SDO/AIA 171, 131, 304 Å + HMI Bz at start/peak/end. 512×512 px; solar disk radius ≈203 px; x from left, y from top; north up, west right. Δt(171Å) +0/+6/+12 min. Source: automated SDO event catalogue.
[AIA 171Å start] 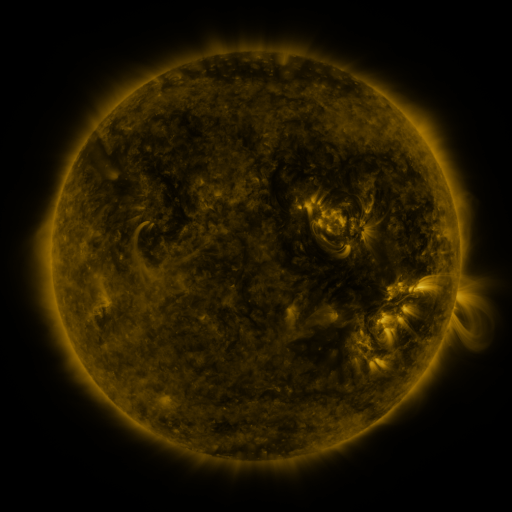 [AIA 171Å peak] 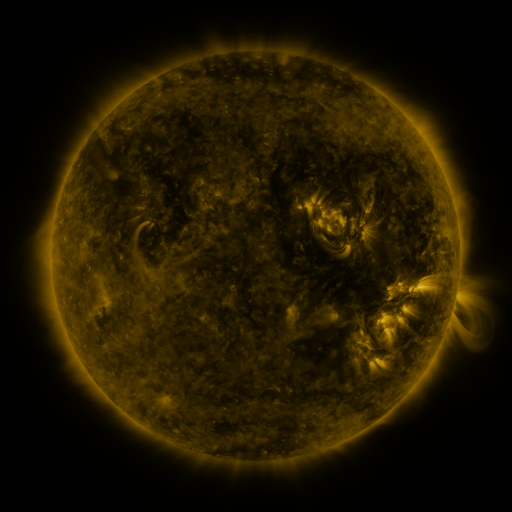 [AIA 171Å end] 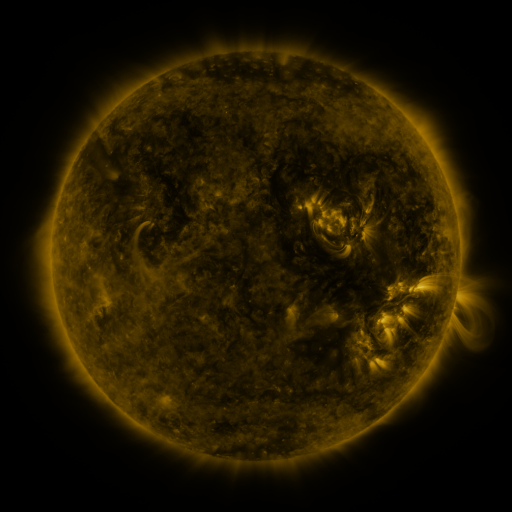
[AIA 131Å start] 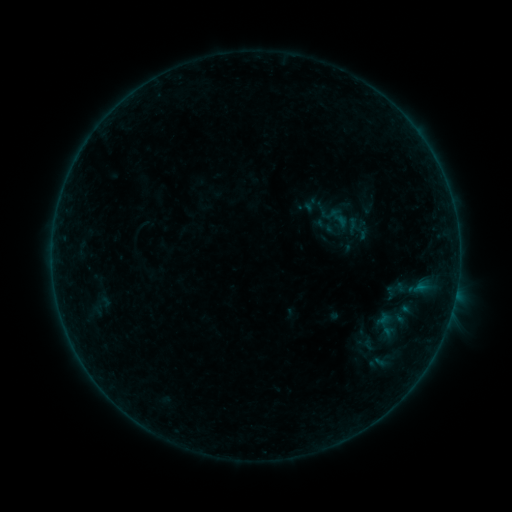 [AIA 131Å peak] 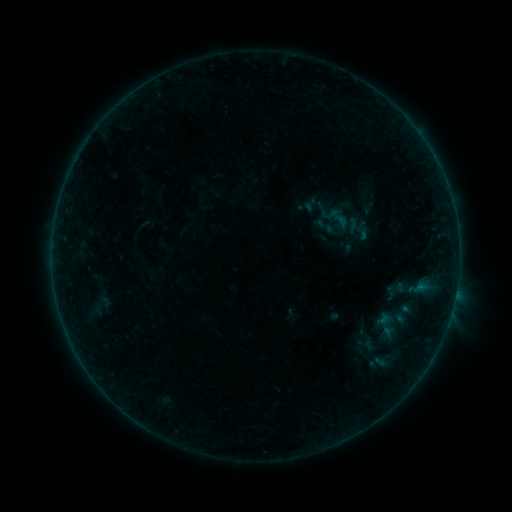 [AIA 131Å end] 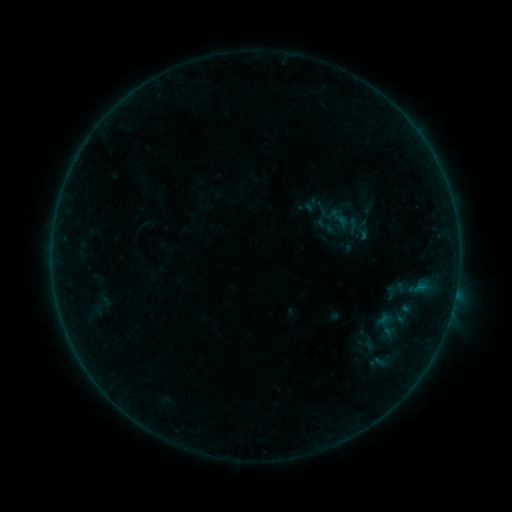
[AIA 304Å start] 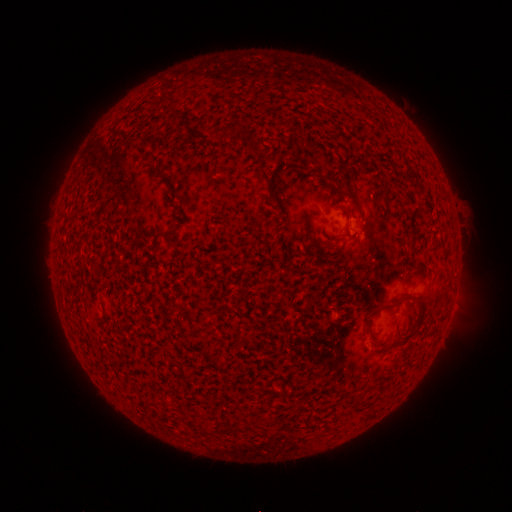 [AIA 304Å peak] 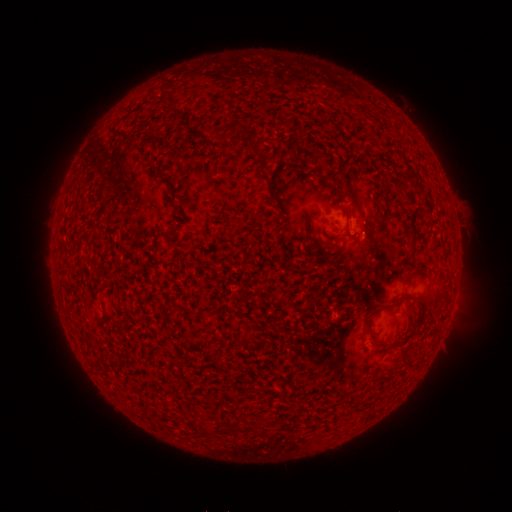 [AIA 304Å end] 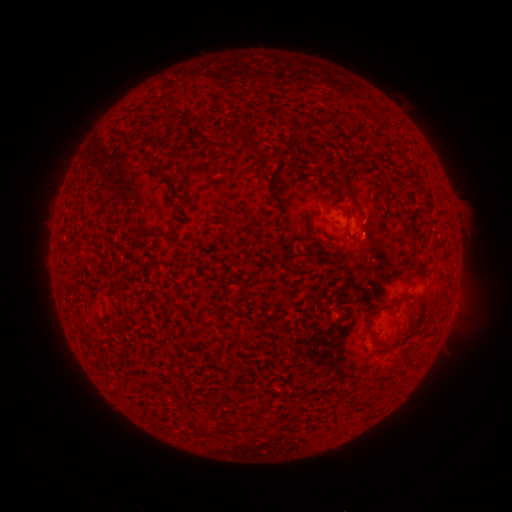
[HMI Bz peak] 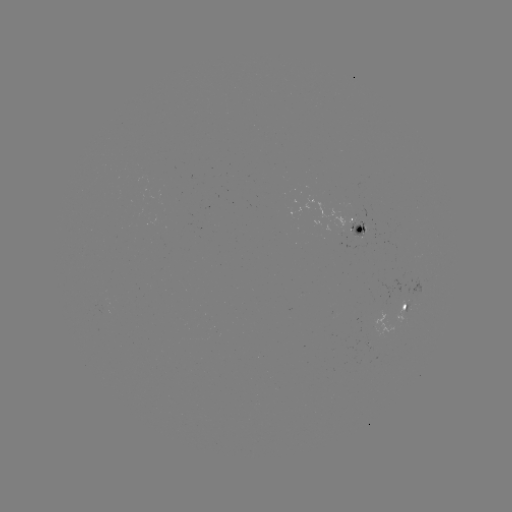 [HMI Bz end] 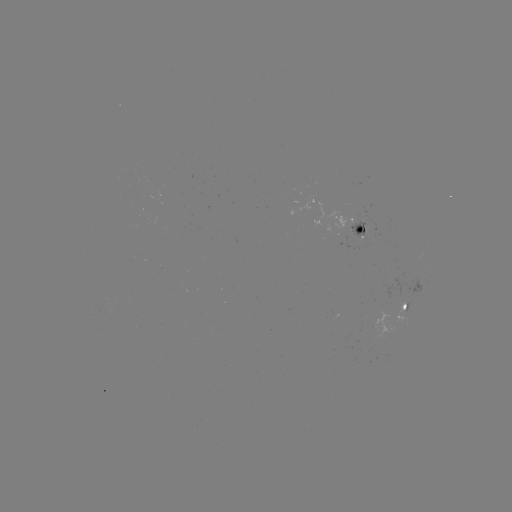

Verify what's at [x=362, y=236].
B1.1 flare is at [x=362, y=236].